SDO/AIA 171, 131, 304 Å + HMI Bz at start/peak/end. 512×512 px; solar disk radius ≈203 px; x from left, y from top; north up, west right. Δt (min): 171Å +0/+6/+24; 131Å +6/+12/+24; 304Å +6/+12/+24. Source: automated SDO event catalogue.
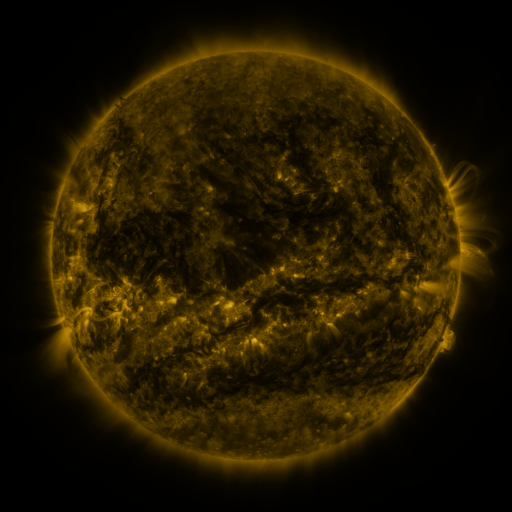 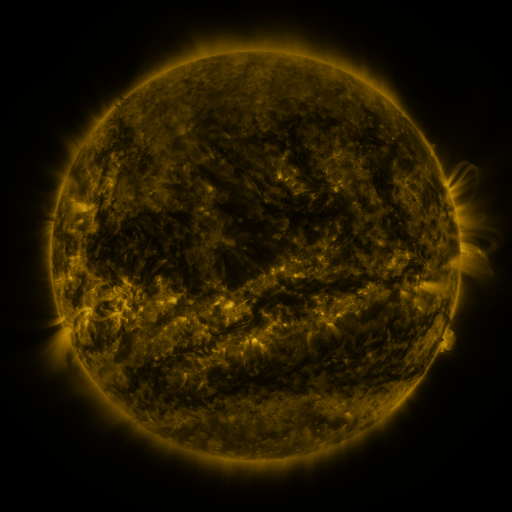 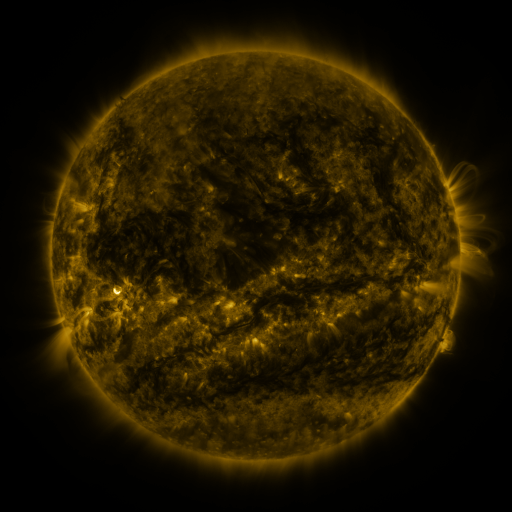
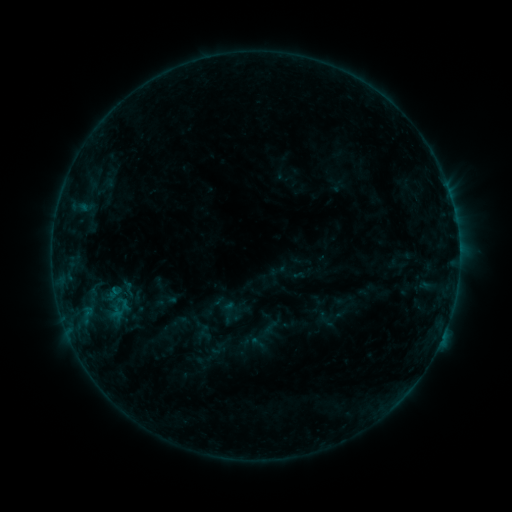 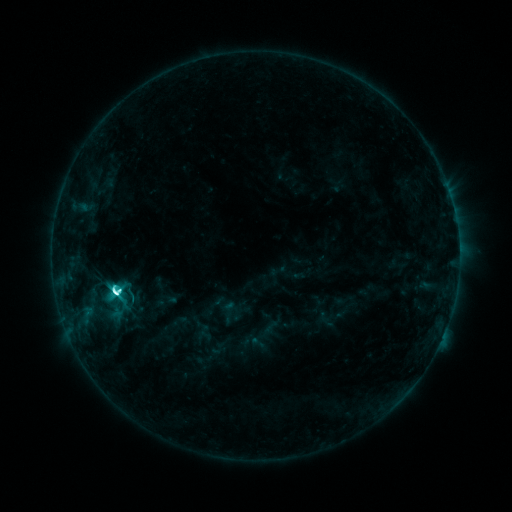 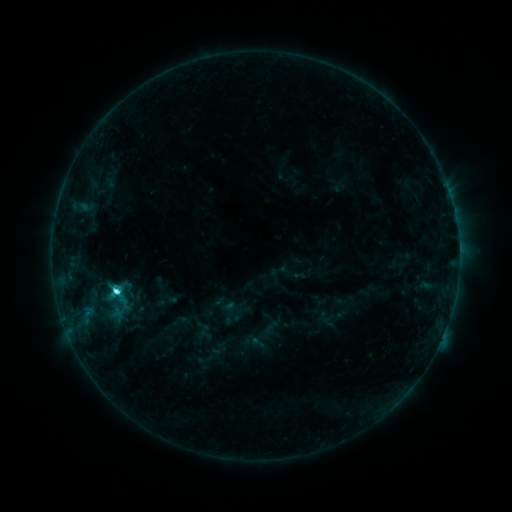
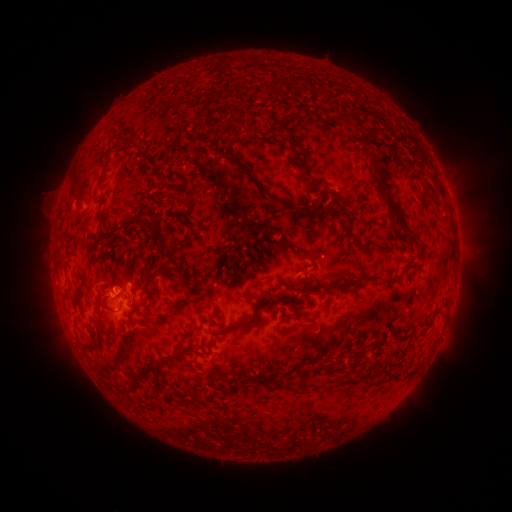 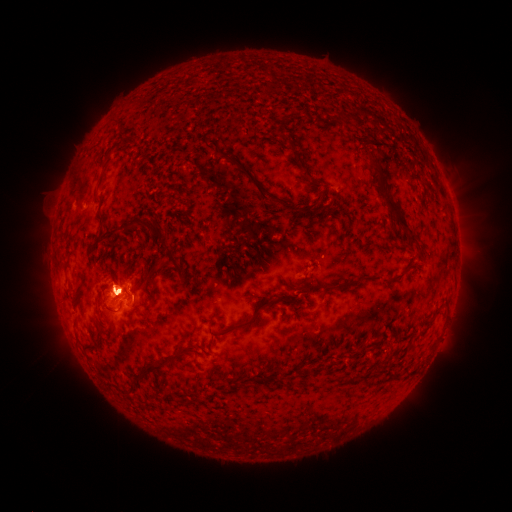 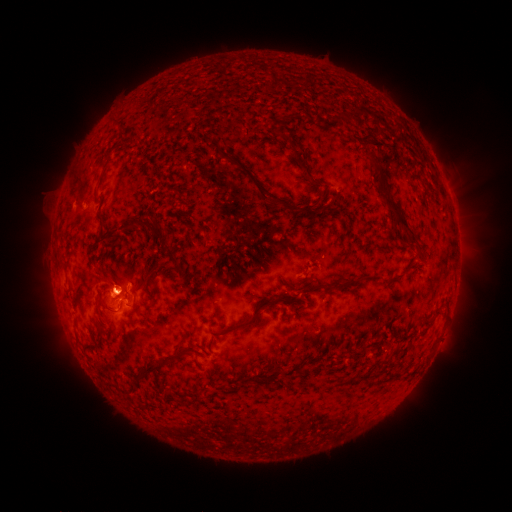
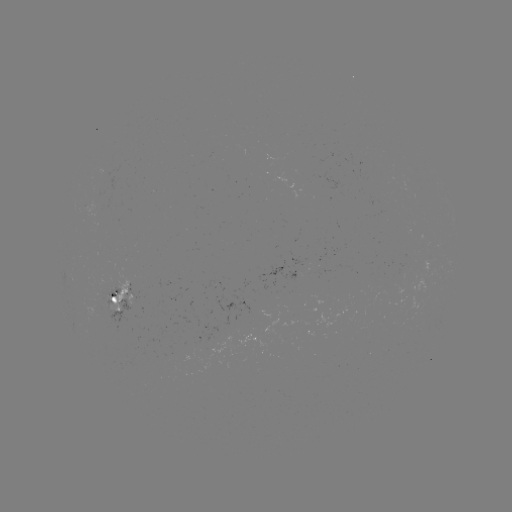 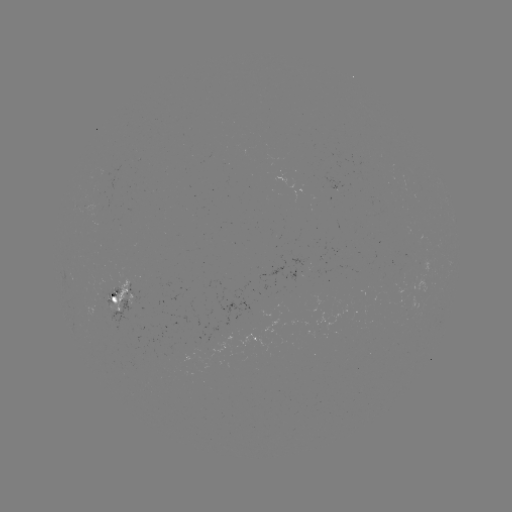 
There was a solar flare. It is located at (116, 290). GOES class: C9.1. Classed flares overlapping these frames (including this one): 1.